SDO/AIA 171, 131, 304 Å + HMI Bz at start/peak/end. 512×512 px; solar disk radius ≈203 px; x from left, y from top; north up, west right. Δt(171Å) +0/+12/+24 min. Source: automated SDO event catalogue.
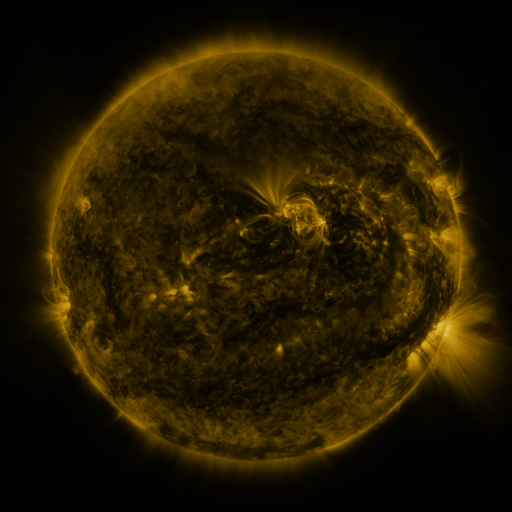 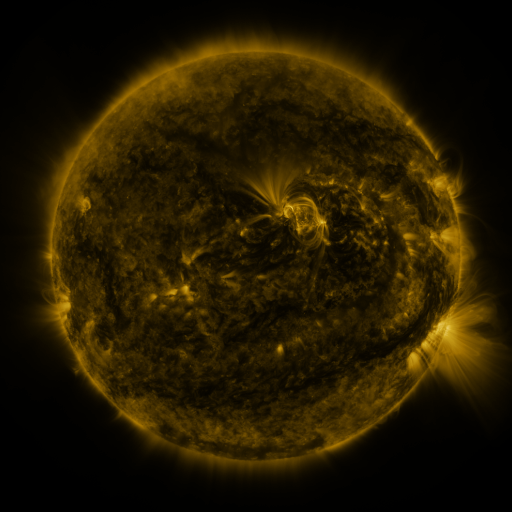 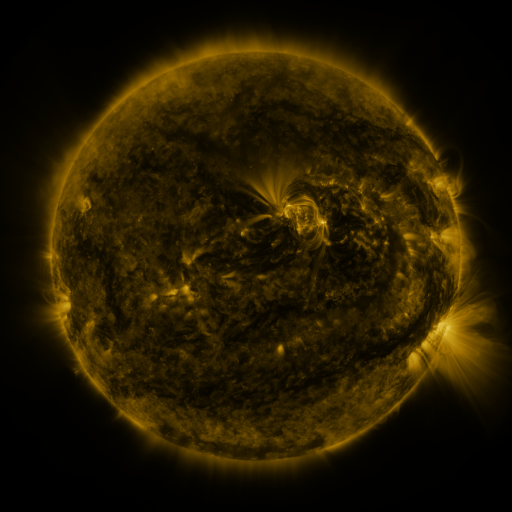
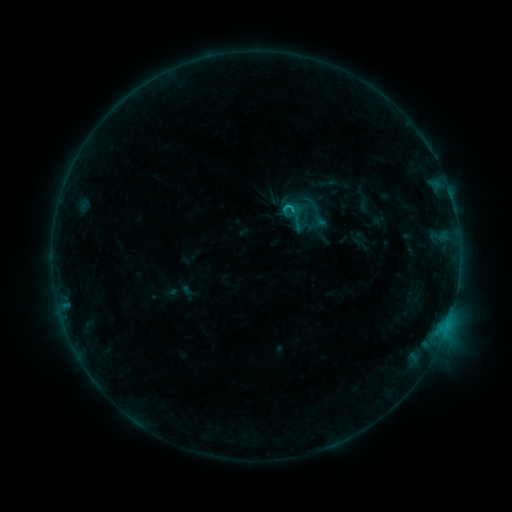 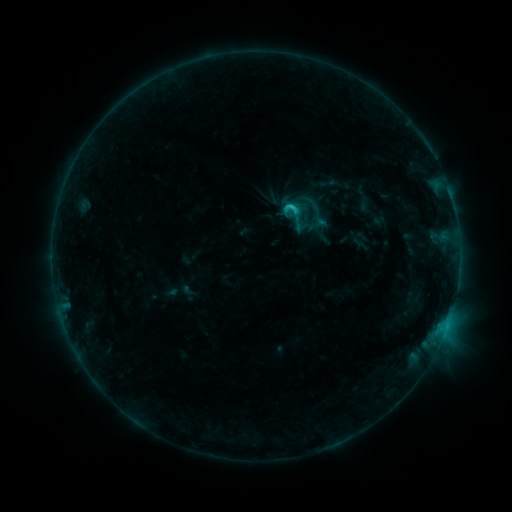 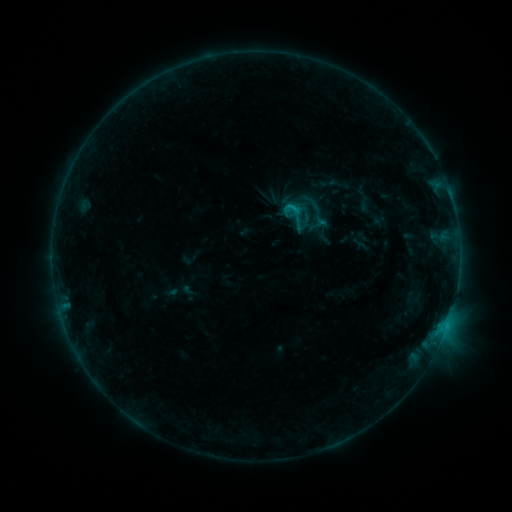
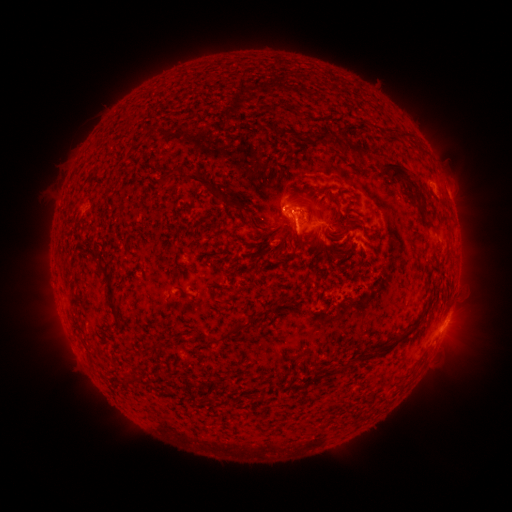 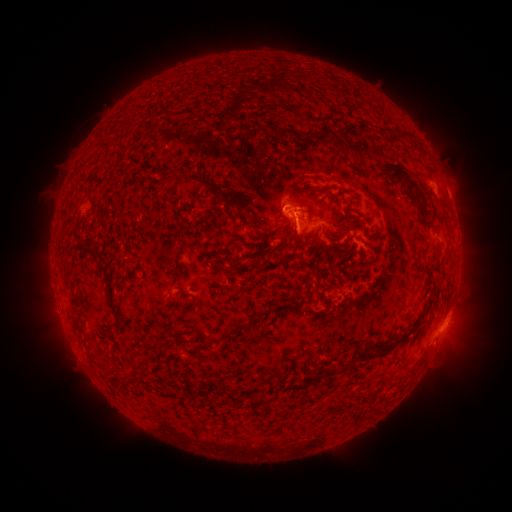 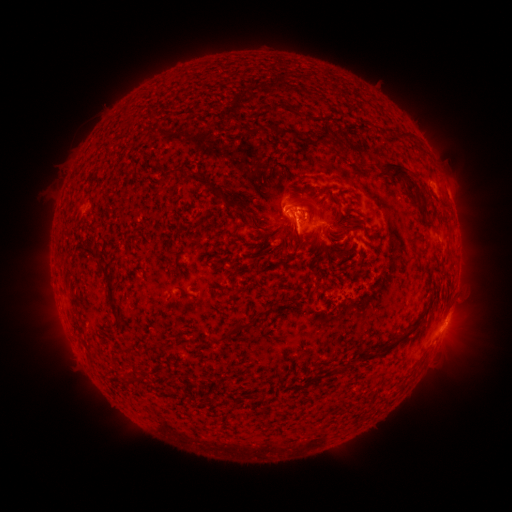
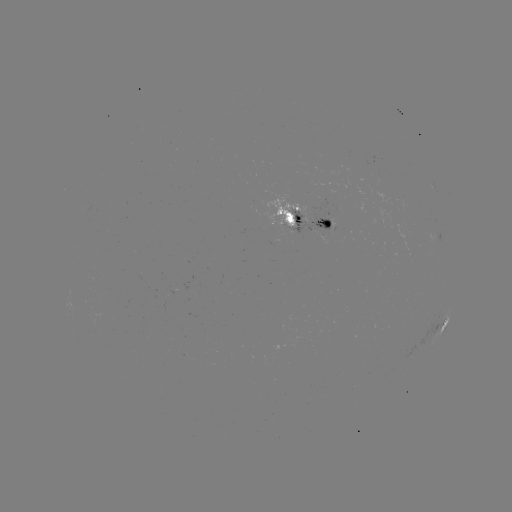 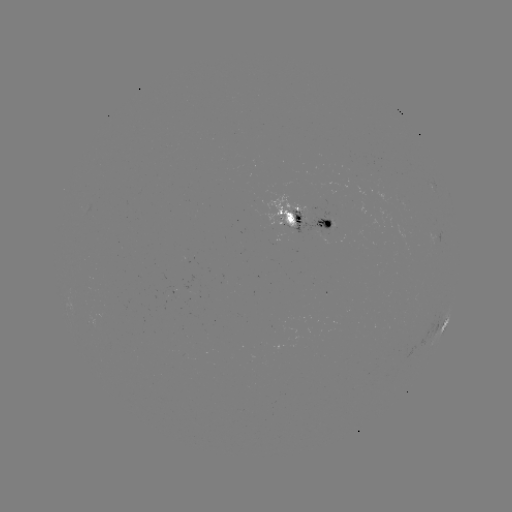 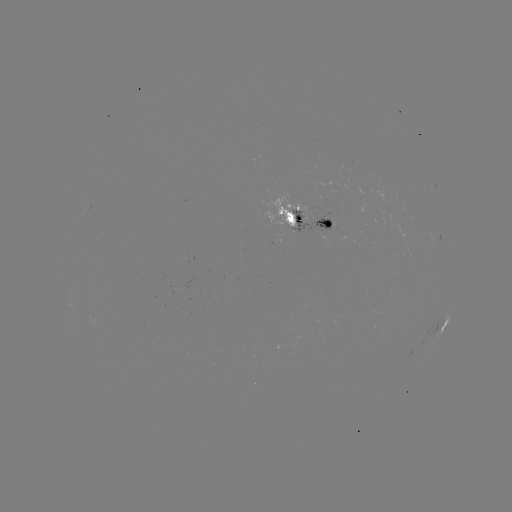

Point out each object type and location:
C1.3 flare: (290, 209)
